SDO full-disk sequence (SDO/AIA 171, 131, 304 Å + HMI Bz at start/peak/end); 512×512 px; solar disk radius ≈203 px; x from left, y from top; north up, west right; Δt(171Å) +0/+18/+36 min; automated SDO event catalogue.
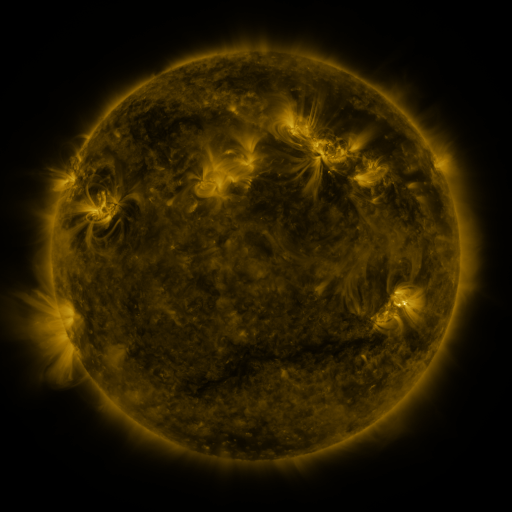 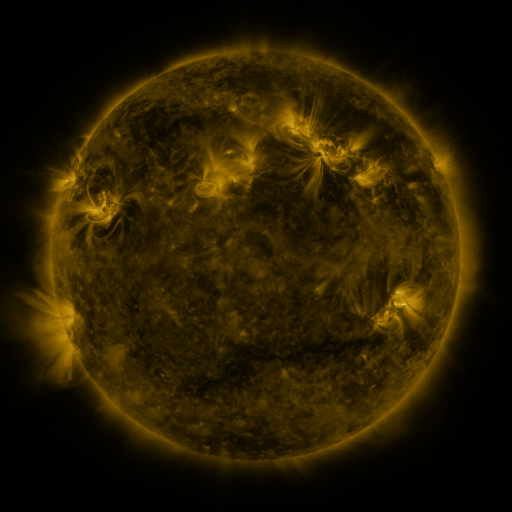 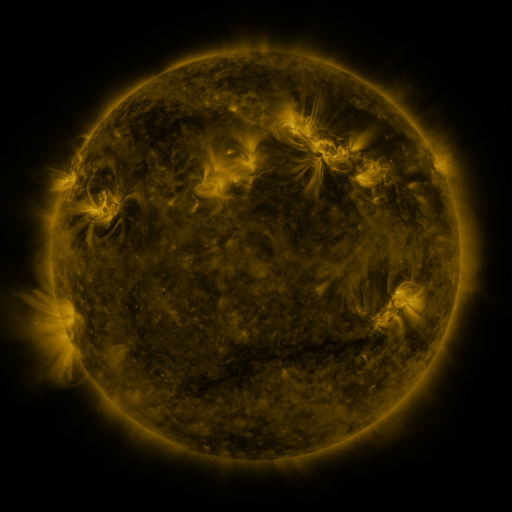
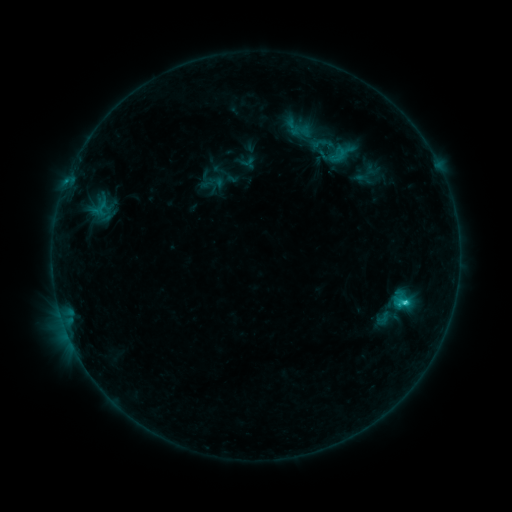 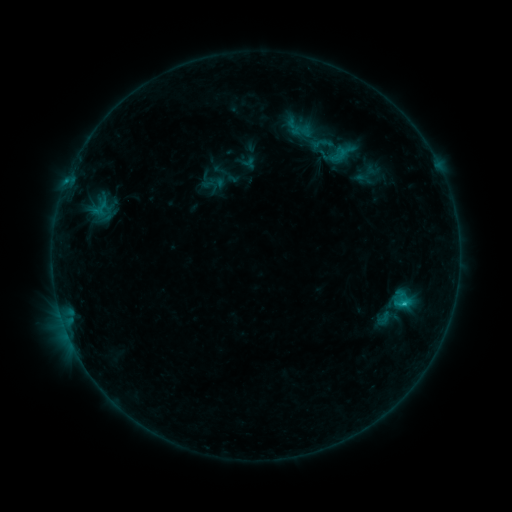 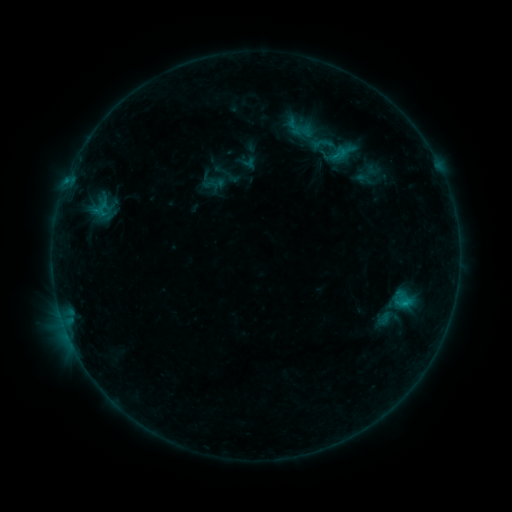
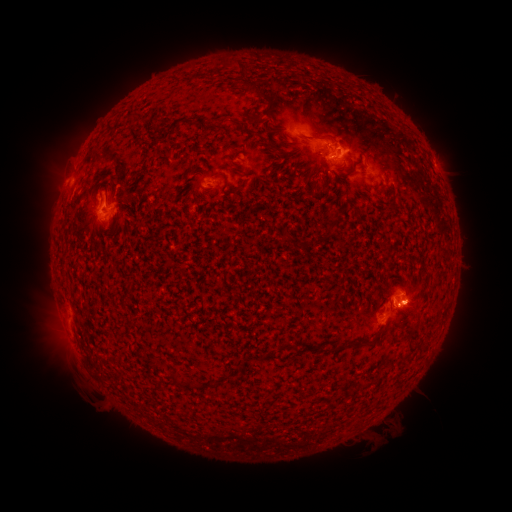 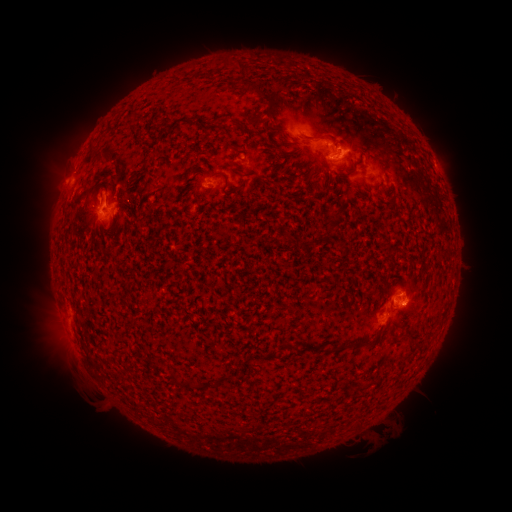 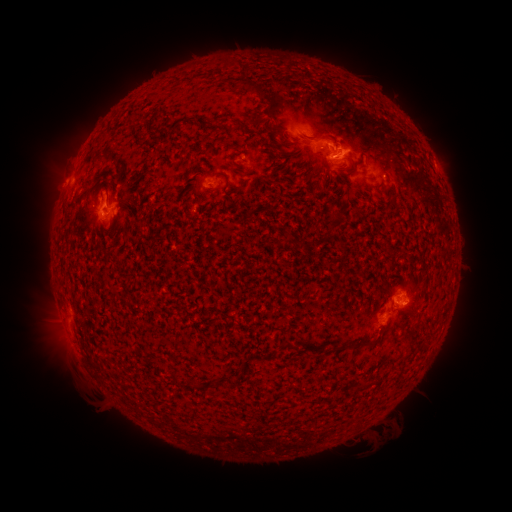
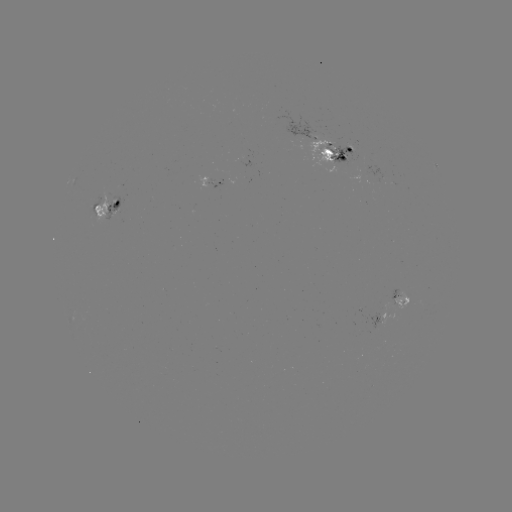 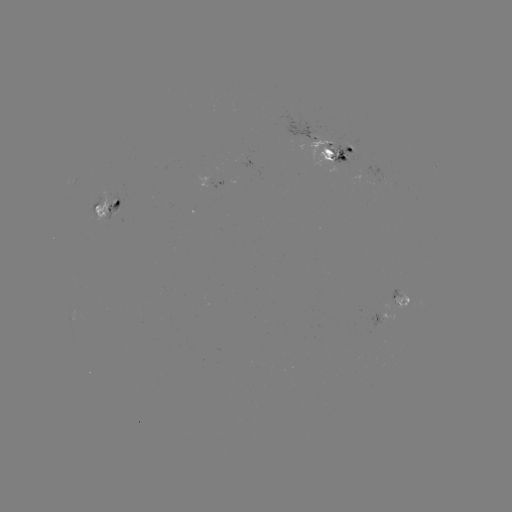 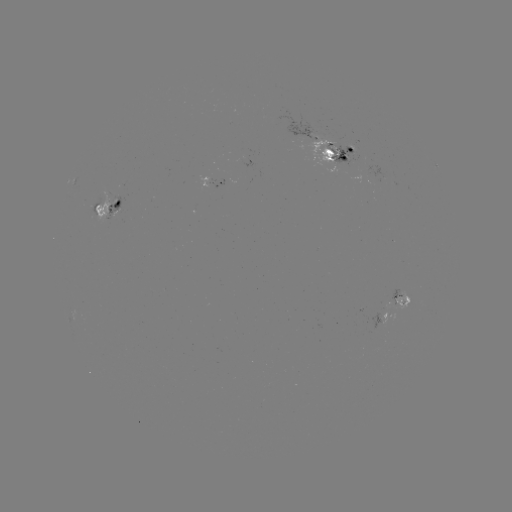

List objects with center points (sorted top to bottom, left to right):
emerging-flux region: (398, 302)
